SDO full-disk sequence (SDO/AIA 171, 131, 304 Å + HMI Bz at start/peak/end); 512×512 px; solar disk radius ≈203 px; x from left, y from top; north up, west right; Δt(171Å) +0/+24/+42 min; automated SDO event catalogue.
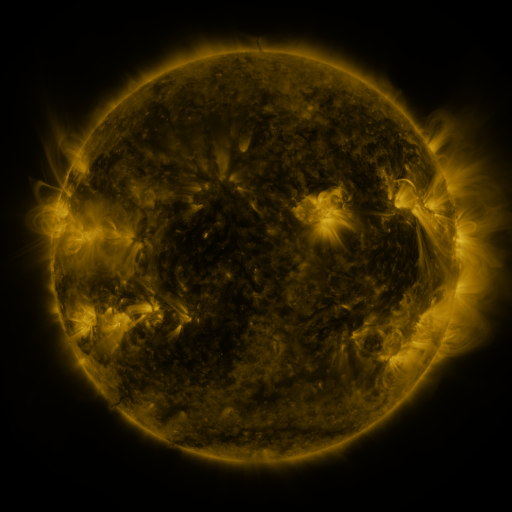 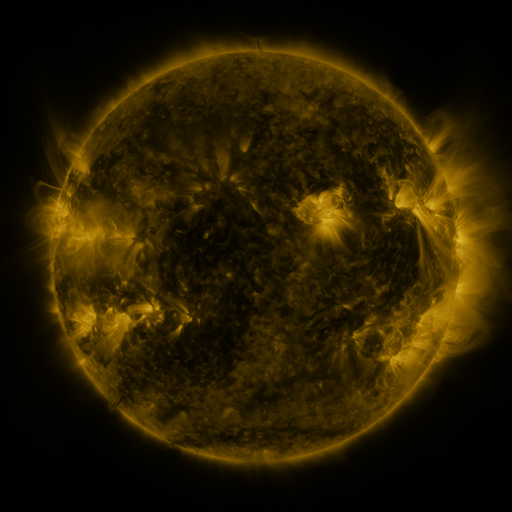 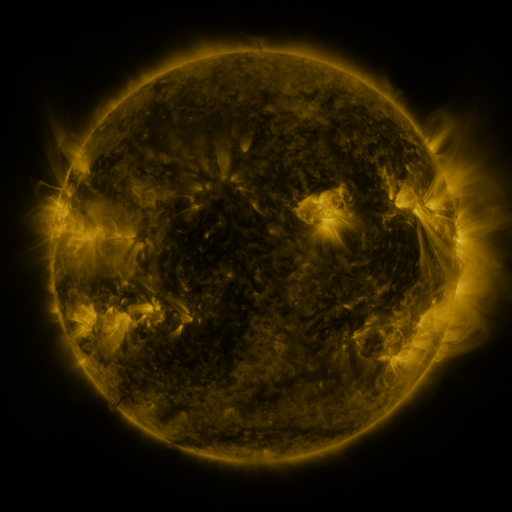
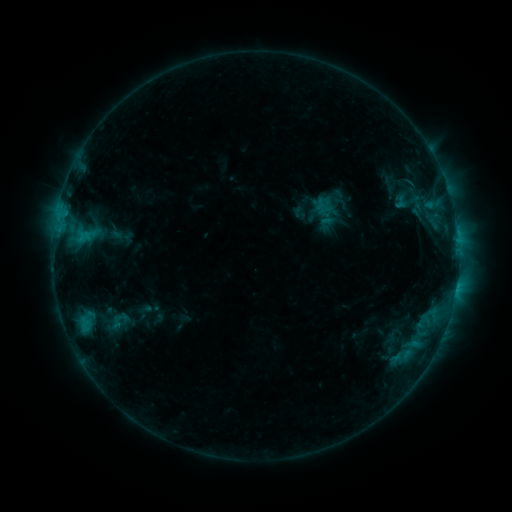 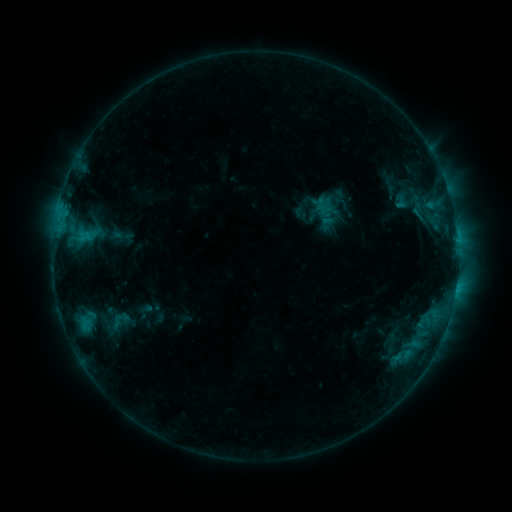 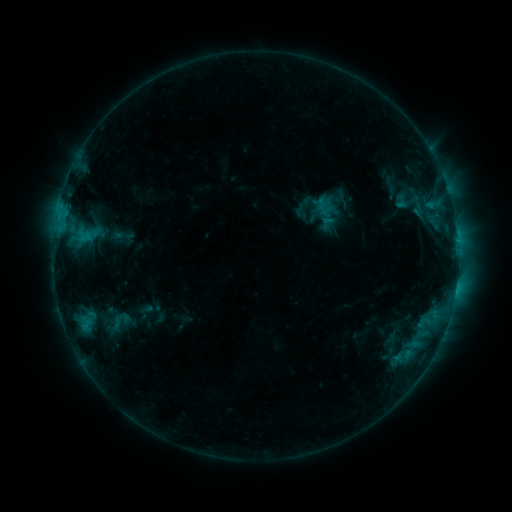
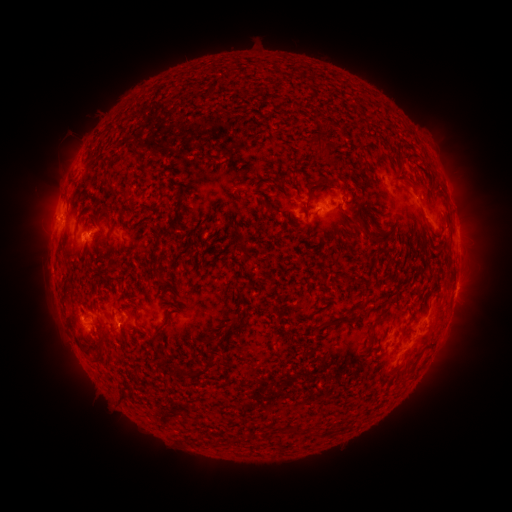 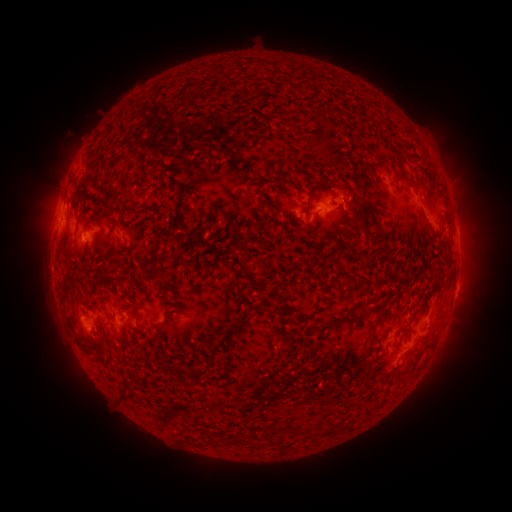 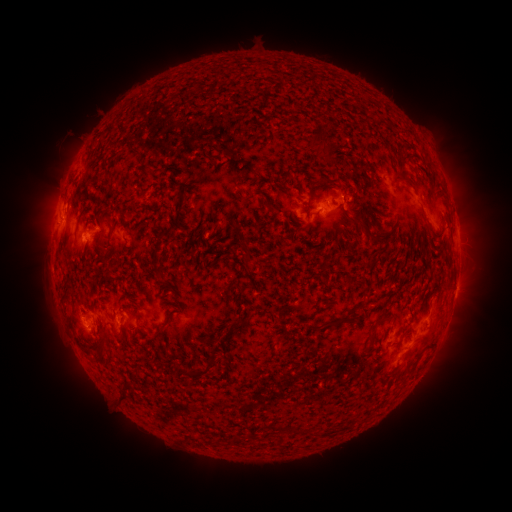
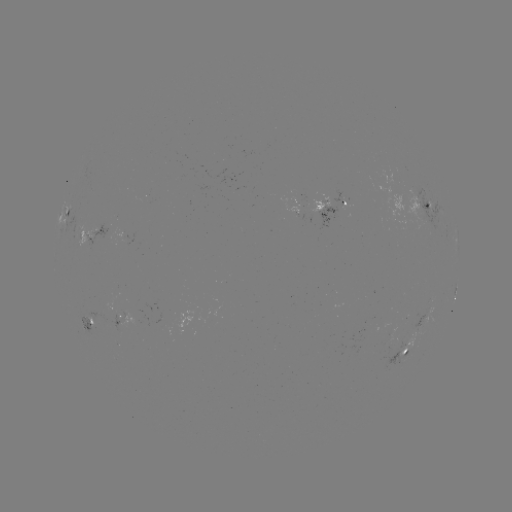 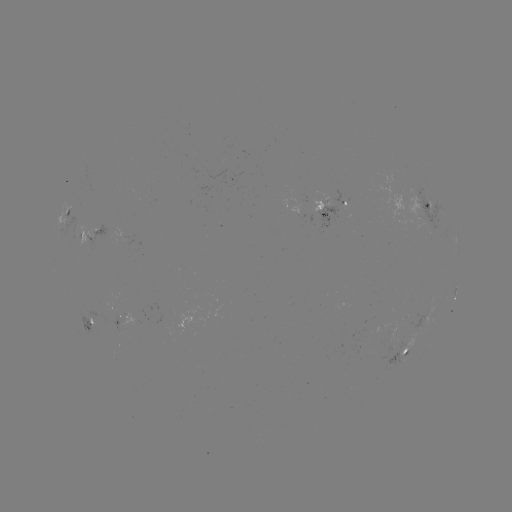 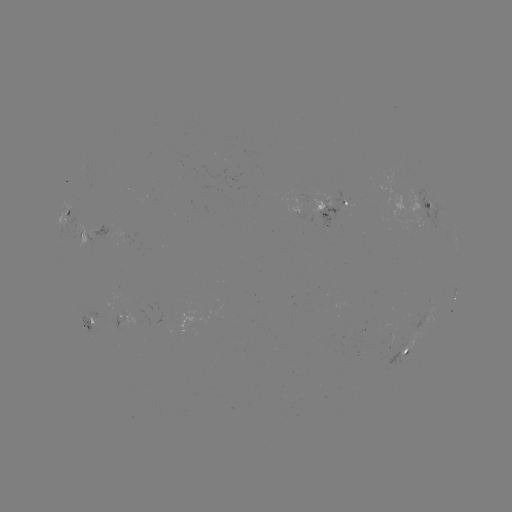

no flare in any classed list; no EUV-trigger detection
